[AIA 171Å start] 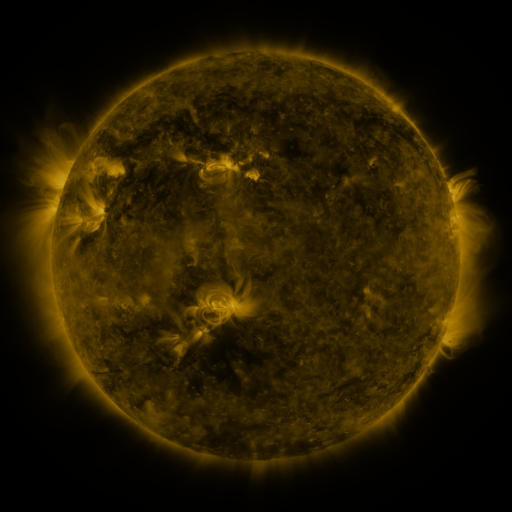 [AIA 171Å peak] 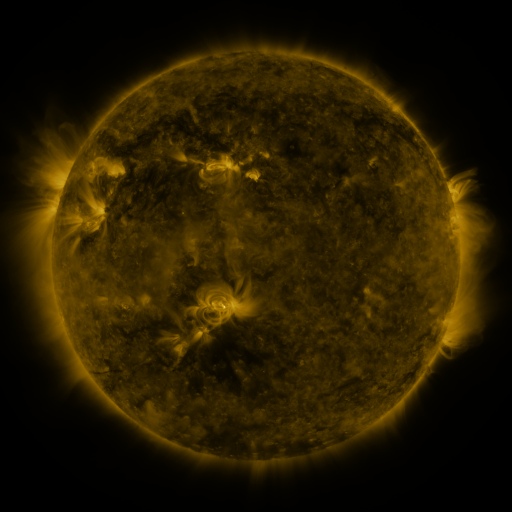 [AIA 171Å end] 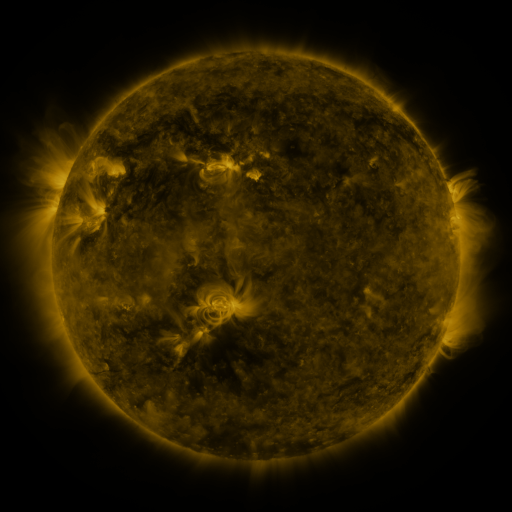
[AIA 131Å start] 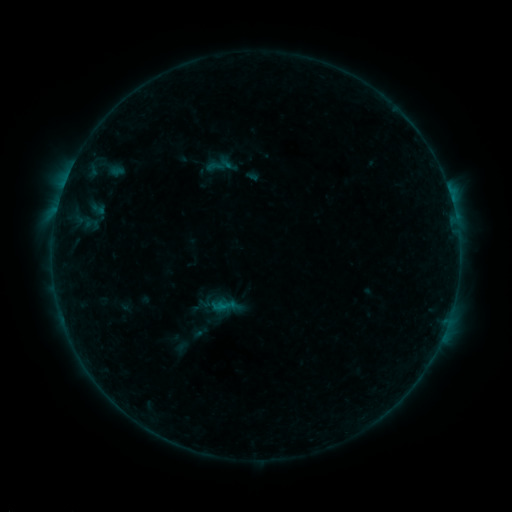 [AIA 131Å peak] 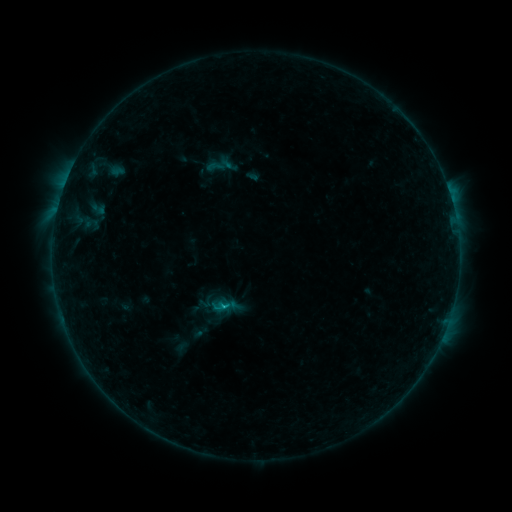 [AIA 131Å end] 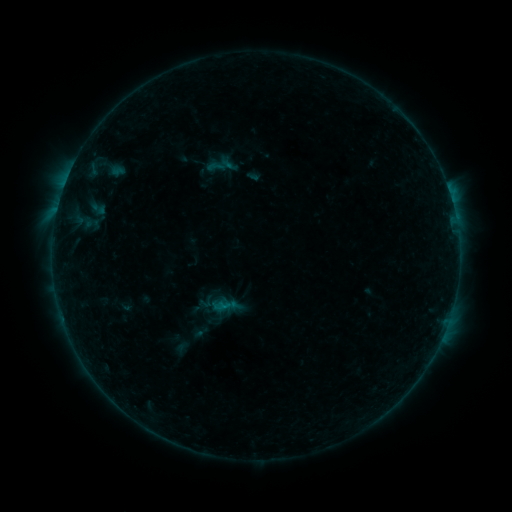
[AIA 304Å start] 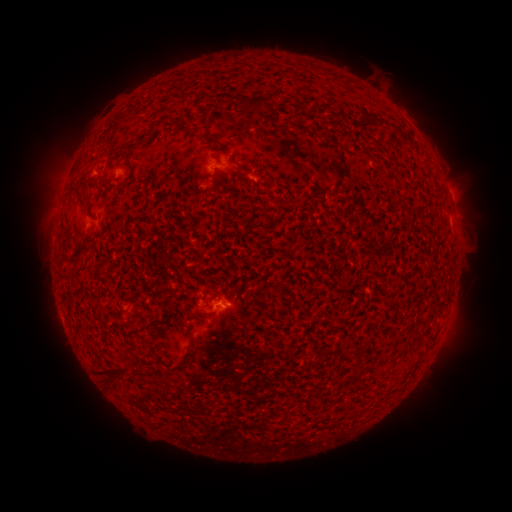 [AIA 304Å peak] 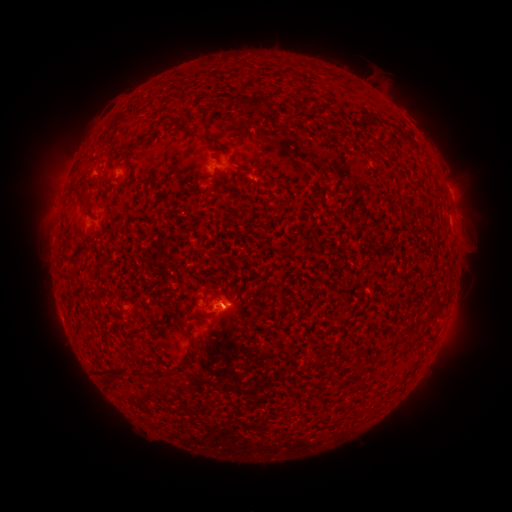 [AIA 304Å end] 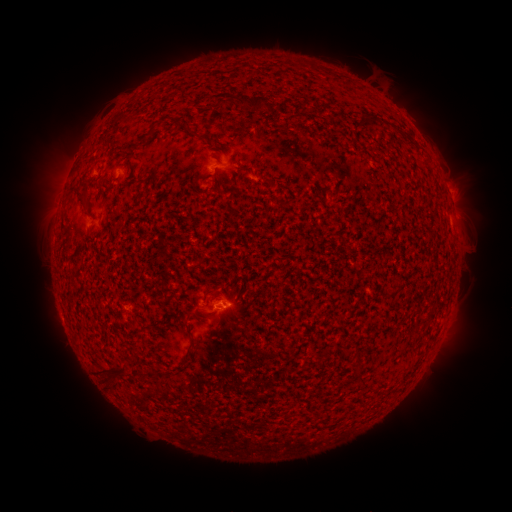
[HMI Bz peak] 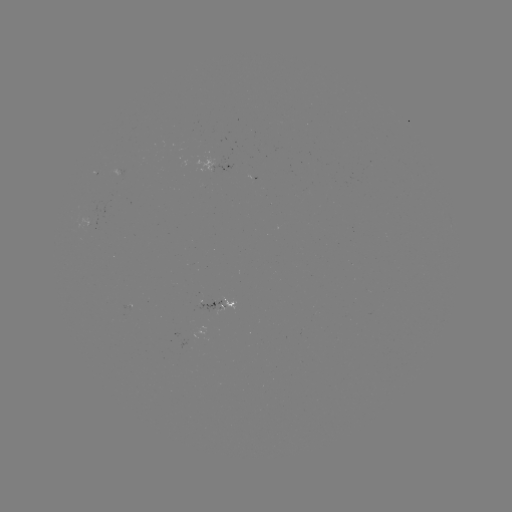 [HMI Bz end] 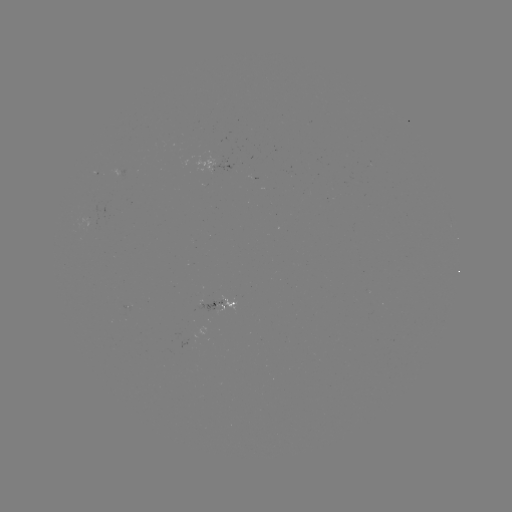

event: flare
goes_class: B5.3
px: (225, 303)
